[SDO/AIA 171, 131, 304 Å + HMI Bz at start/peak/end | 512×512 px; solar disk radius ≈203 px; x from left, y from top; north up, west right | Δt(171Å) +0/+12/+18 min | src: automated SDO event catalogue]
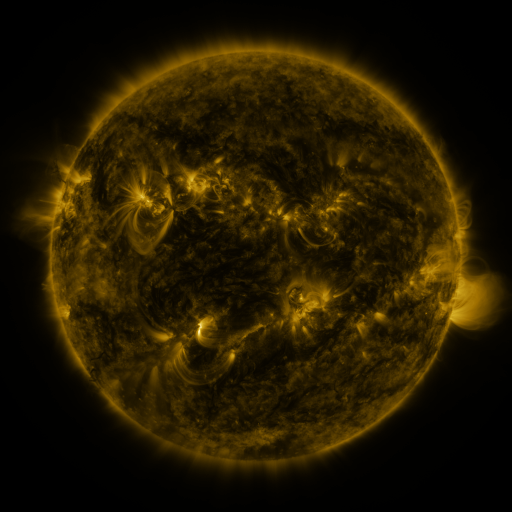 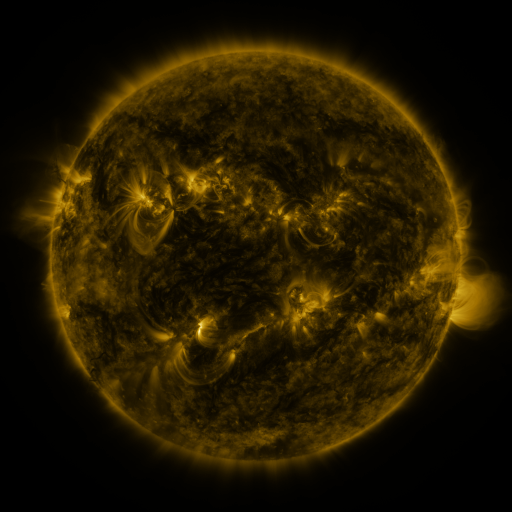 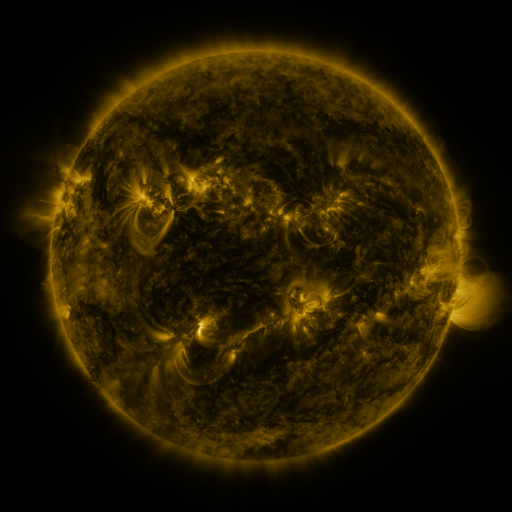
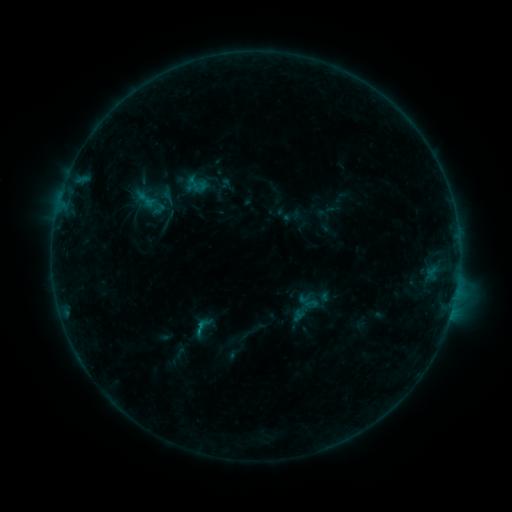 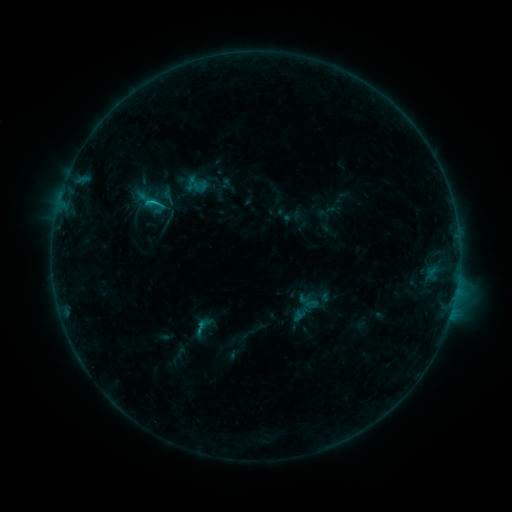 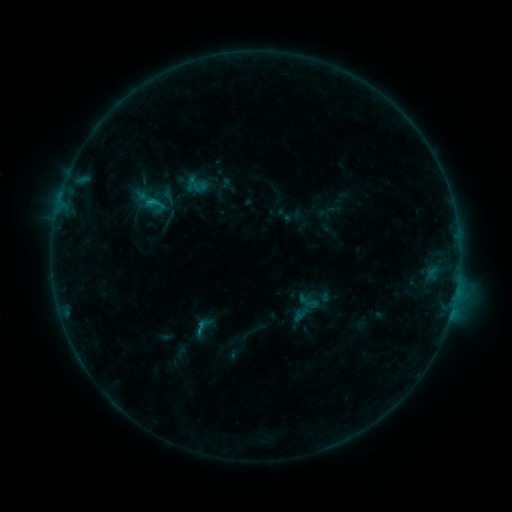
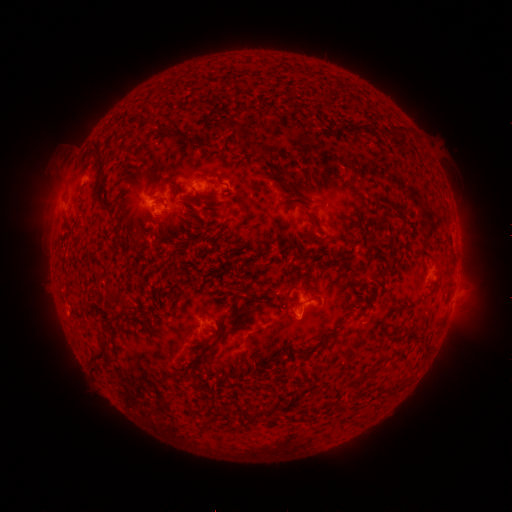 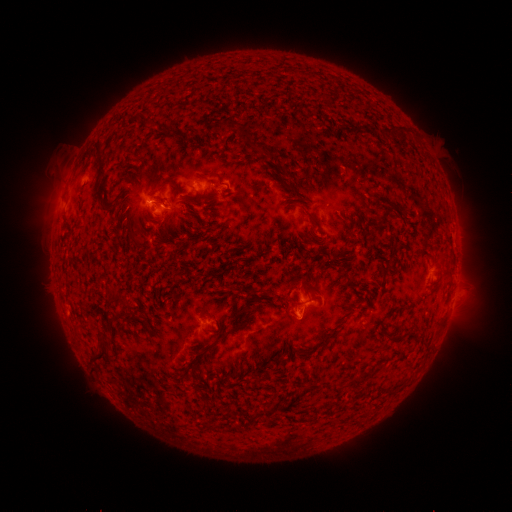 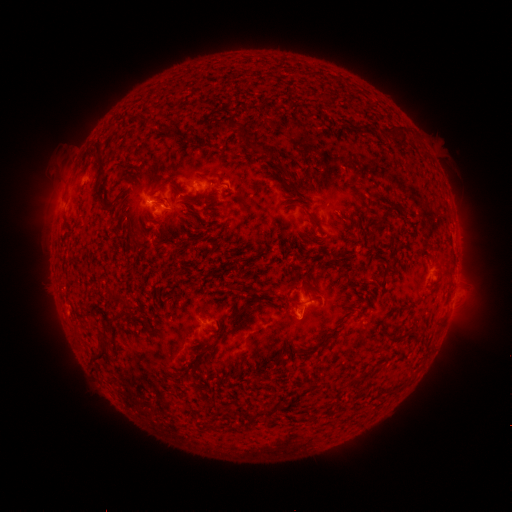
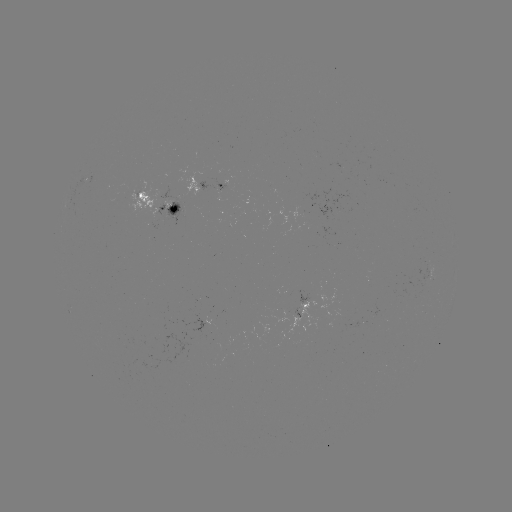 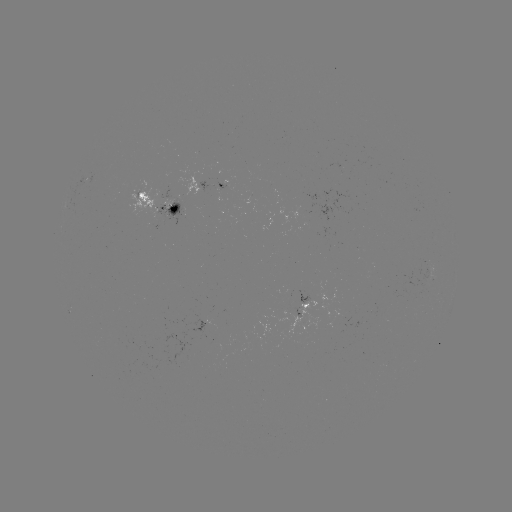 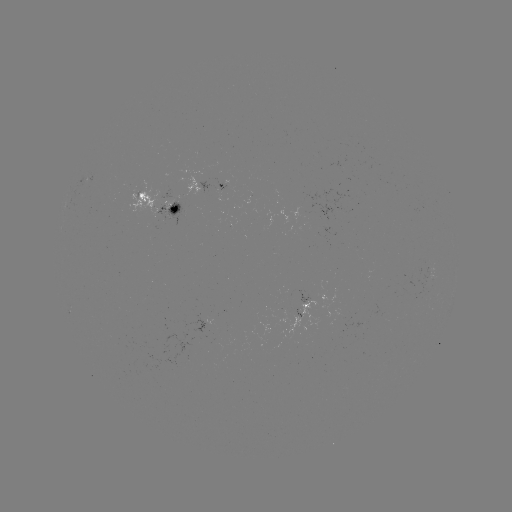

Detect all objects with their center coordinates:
B7.6 flare: (154, 203)
